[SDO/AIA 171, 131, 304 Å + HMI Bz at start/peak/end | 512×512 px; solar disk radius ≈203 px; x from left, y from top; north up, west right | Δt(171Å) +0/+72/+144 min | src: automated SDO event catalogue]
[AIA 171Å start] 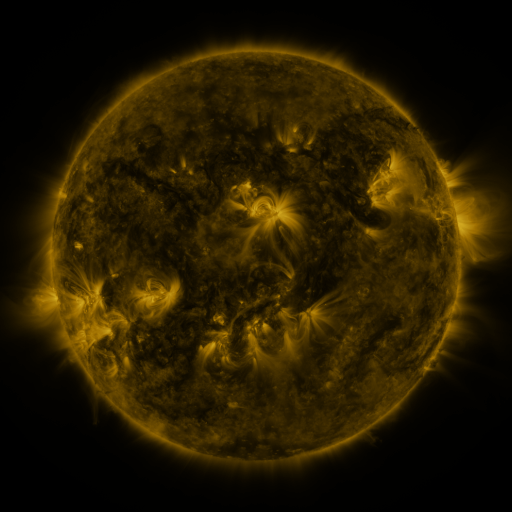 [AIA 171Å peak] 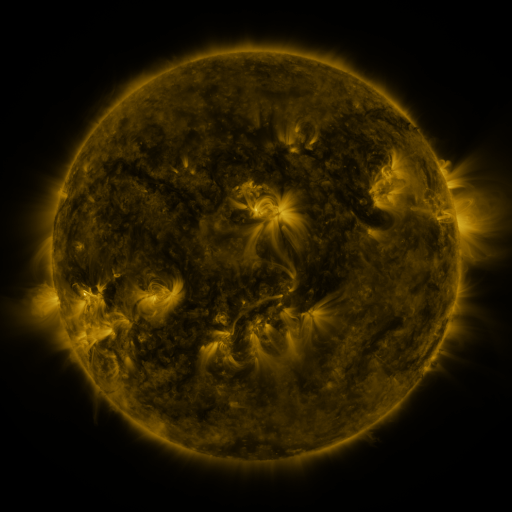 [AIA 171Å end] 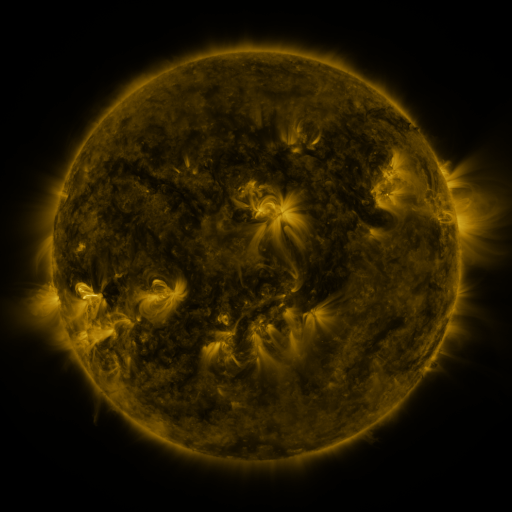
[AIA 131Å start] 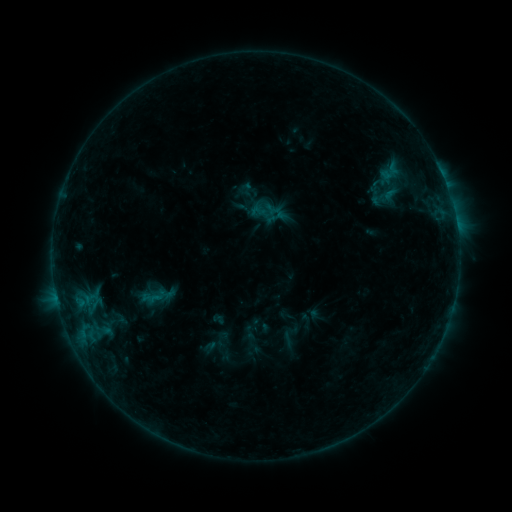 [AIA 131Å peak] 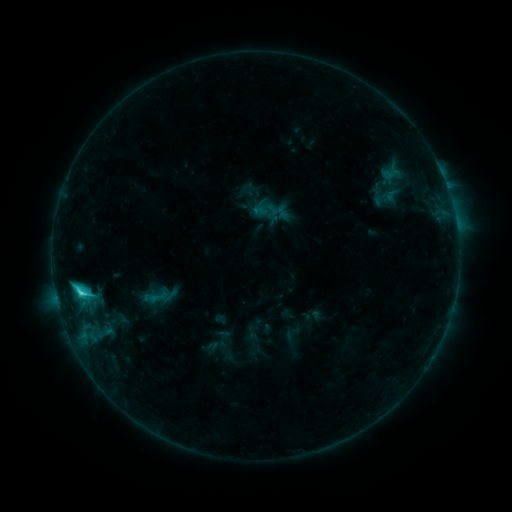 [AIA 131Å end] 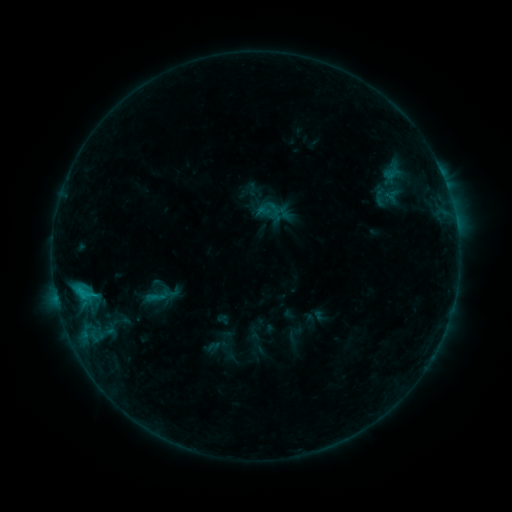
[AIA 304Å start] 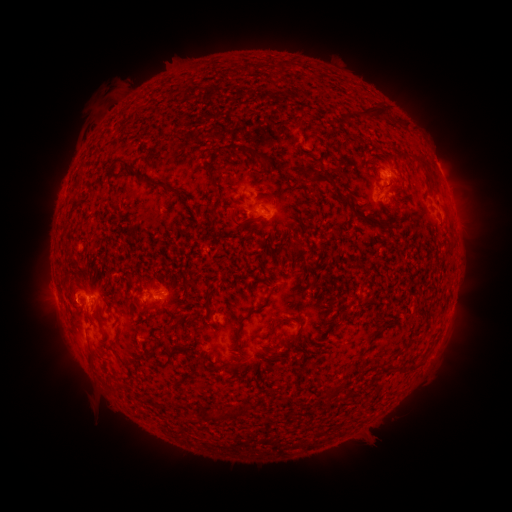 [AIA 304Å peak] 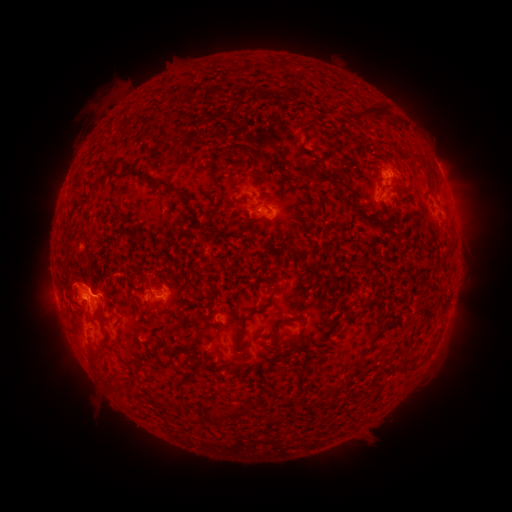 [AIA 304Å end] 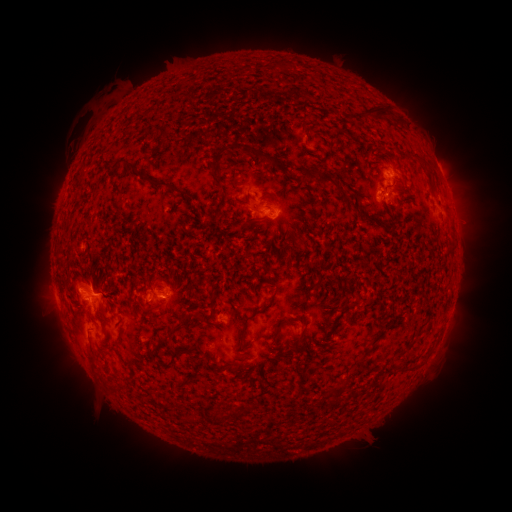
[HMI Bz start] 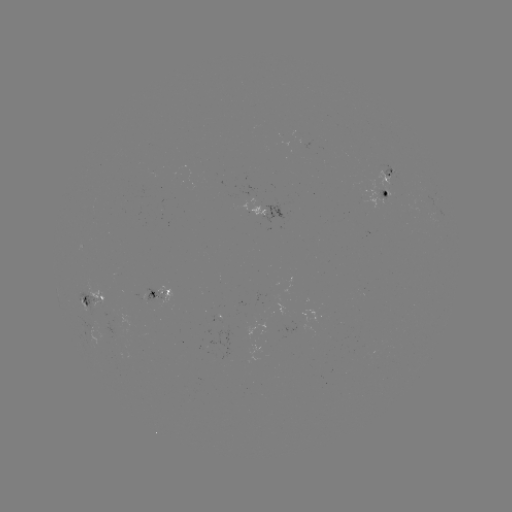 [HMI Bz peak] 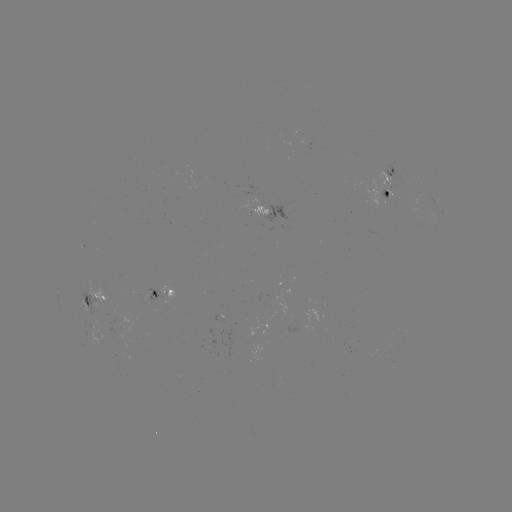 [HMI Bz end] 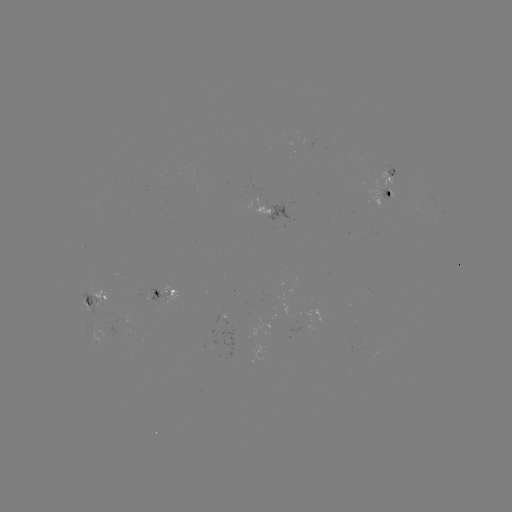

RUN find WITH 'C3.1 flare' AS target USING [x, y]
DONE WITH [82, 292] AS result